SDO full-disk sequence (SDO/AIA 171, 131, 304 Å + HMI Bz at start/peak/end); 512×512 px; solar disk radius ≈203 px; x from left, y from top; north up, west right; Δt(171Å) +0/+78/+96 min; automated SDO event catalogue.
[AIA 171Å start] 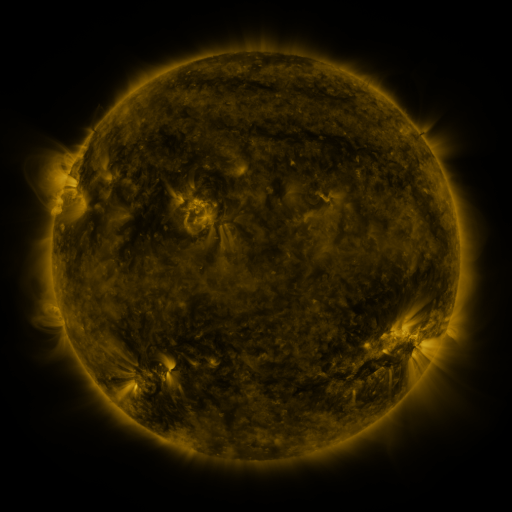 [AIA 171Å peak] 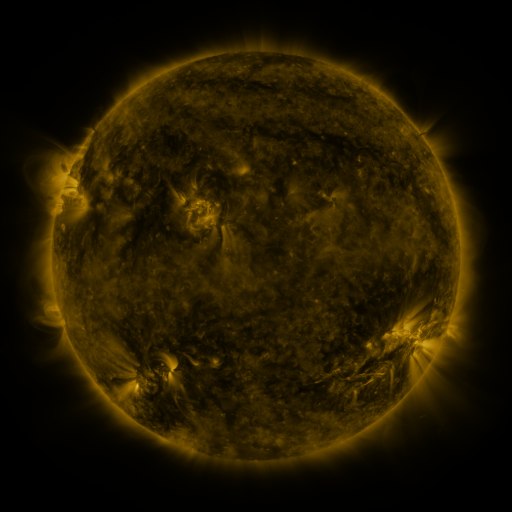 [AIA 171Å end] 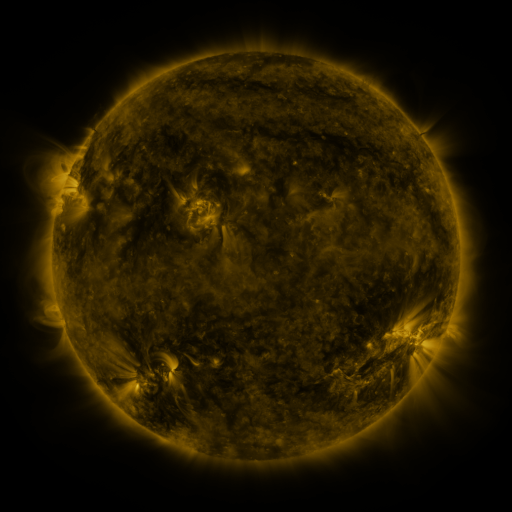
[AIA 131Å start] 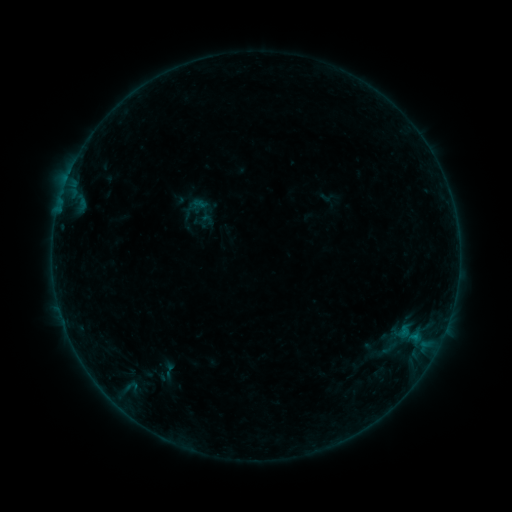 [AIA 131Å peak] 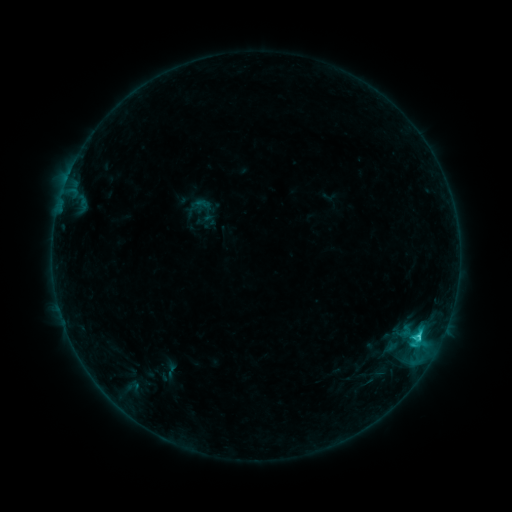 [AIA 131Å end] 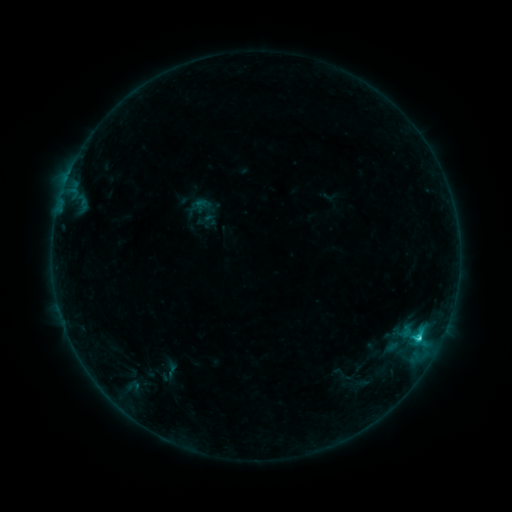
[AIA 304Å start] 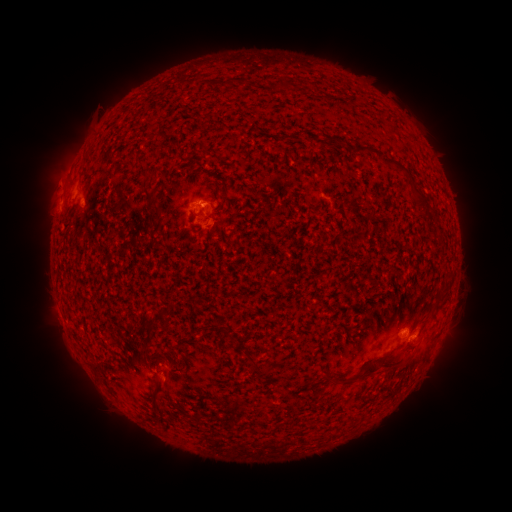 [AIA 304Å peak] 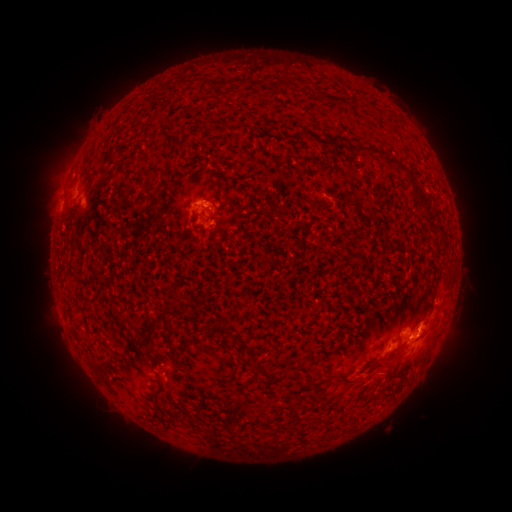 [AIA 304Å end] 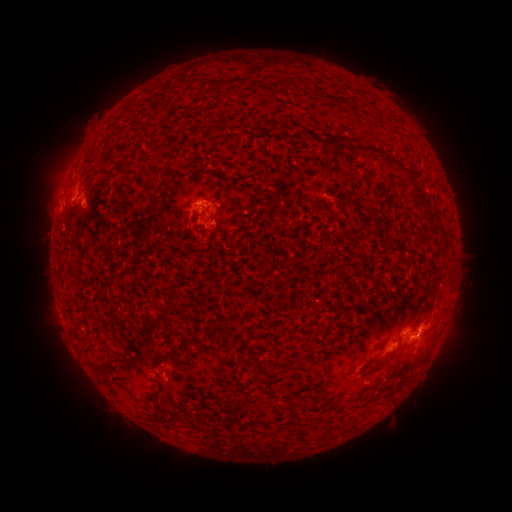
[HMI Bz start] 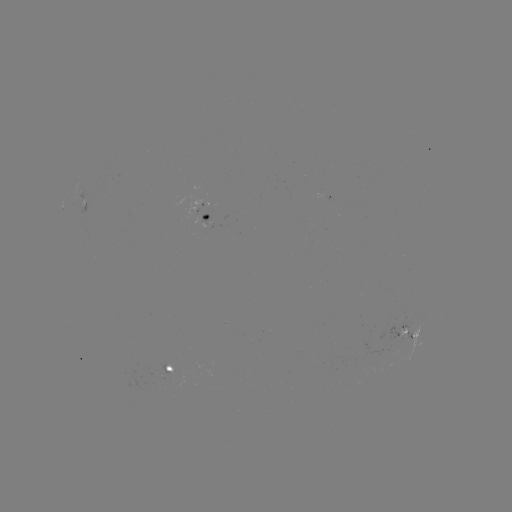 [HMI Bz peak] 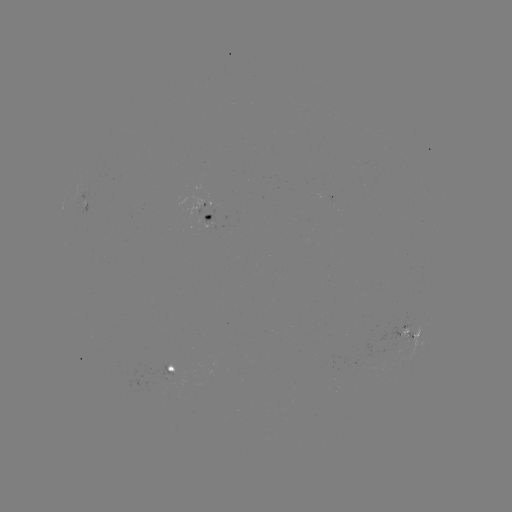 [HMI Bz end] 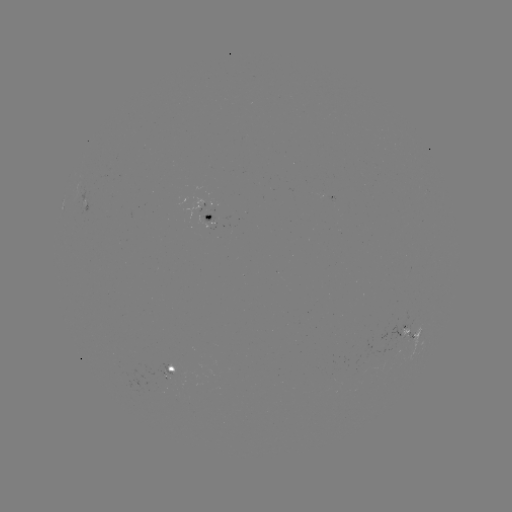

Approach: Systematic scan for C2.5 flare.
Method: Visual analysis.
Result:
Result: C2.5 flare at [418, 344].